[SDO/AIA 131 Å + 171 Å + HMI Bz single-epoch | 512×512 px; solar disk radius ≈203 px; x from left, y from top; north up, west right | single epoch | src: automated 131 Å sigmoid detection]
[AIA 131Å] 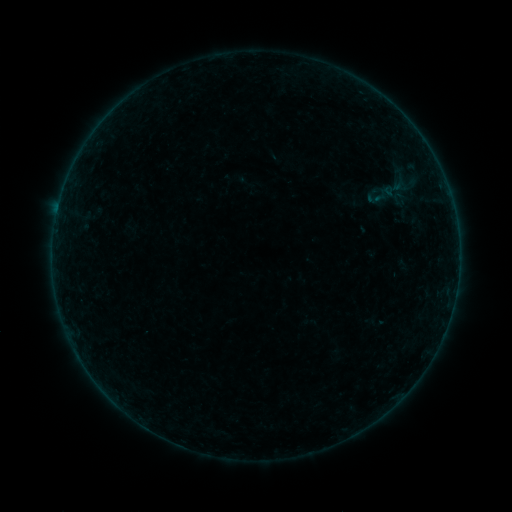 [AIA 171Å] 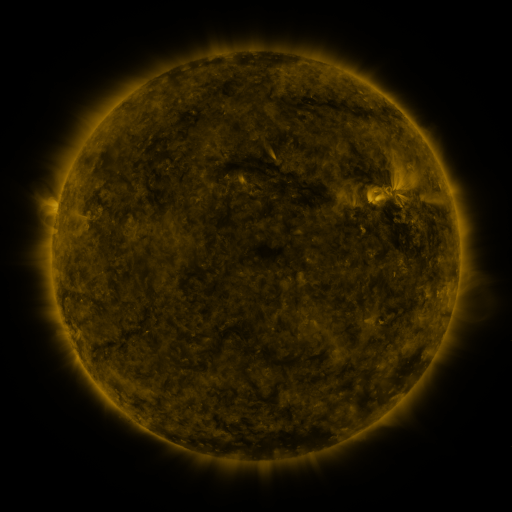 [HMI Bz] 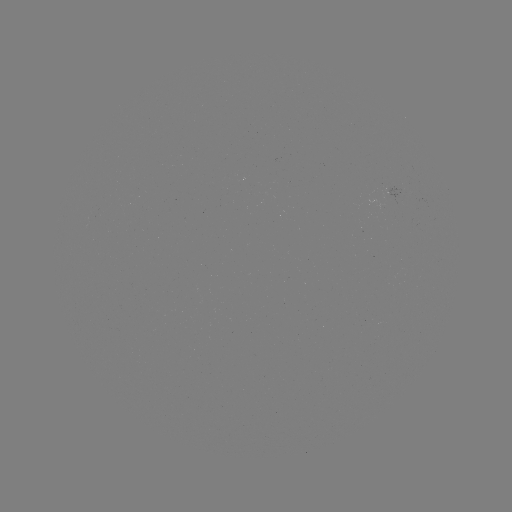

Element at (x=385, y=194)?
sigmoid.